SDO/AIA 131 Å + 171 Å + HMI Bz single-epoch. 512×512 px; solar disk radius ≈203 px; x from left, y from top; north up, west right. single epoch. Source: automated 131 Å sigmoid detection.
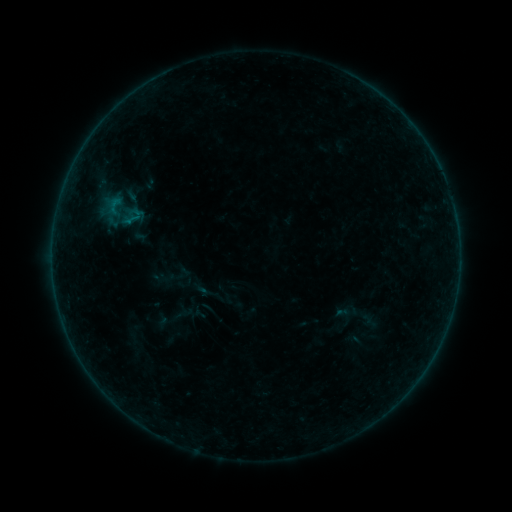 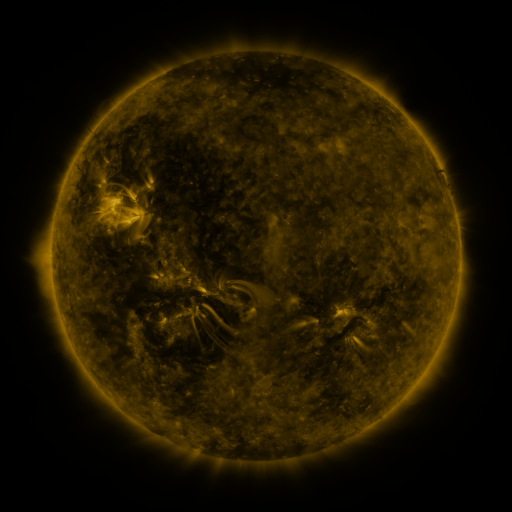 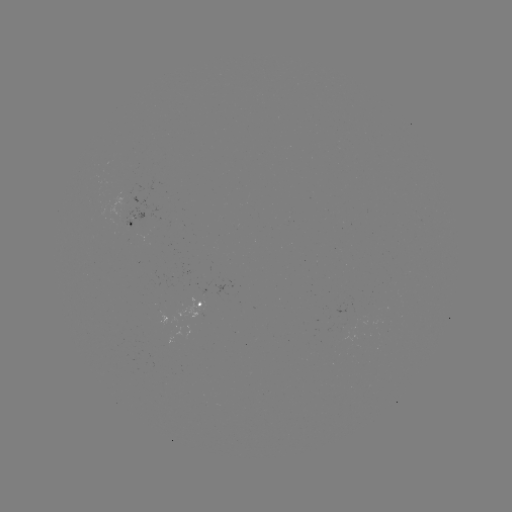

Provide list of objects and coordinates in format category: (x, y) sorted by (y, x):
sigmoid: (114, 205)
